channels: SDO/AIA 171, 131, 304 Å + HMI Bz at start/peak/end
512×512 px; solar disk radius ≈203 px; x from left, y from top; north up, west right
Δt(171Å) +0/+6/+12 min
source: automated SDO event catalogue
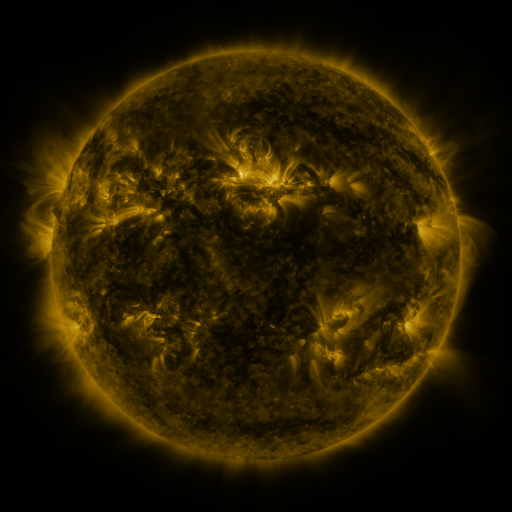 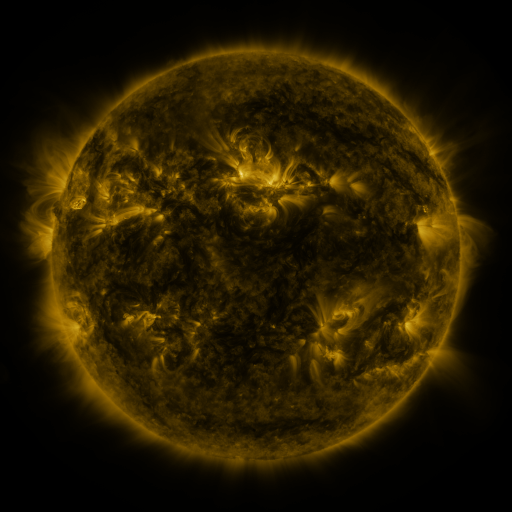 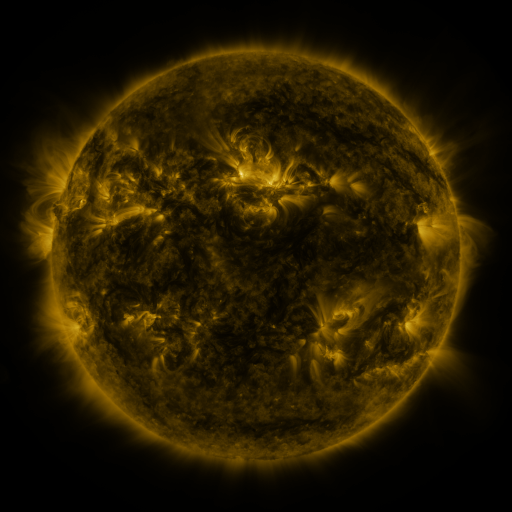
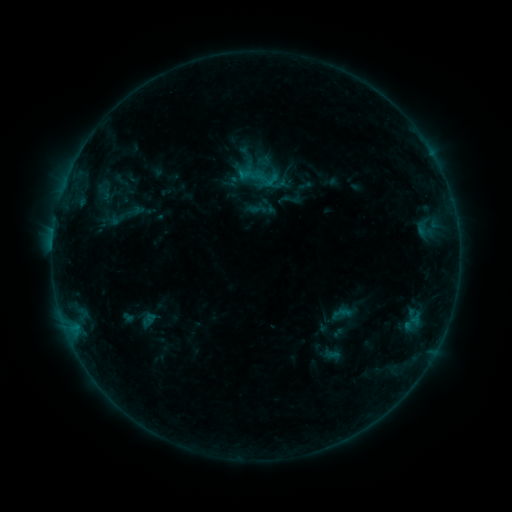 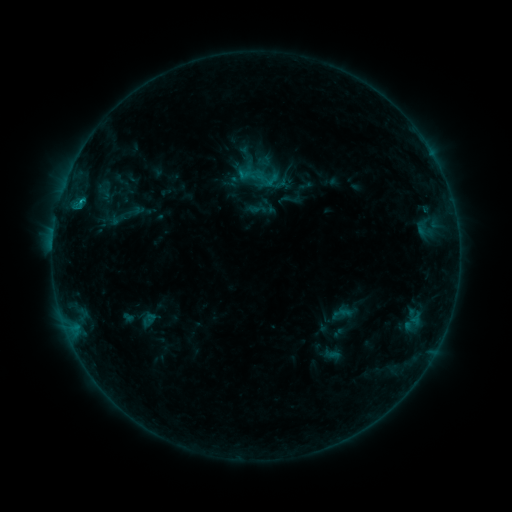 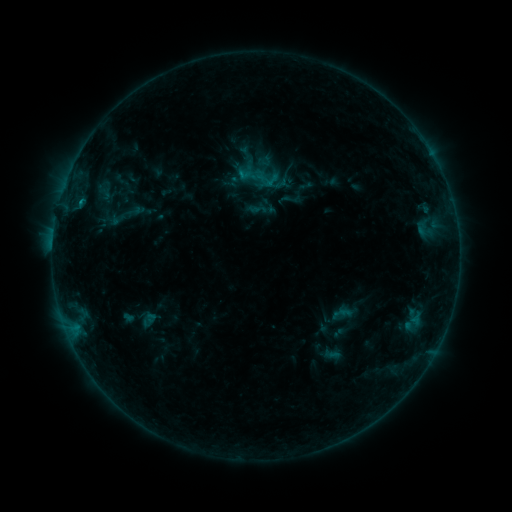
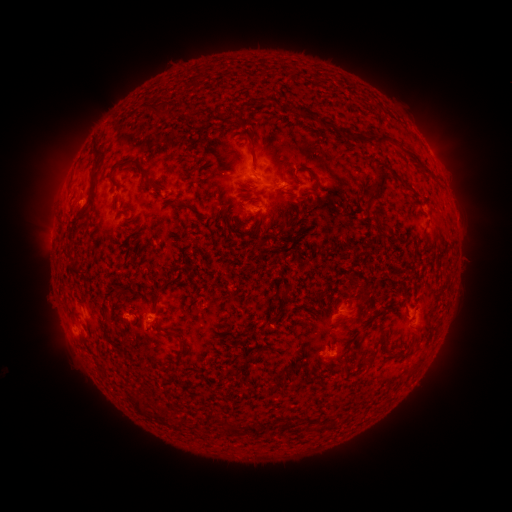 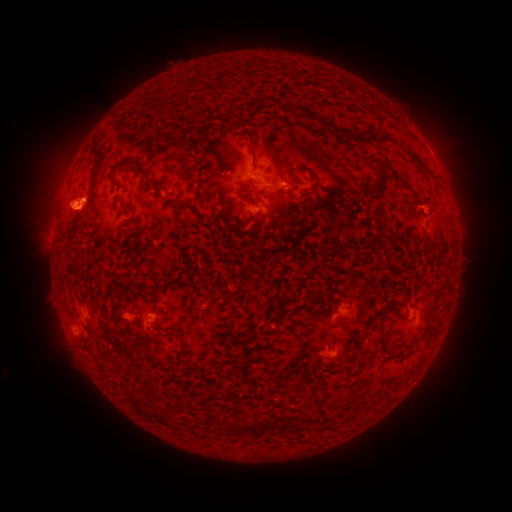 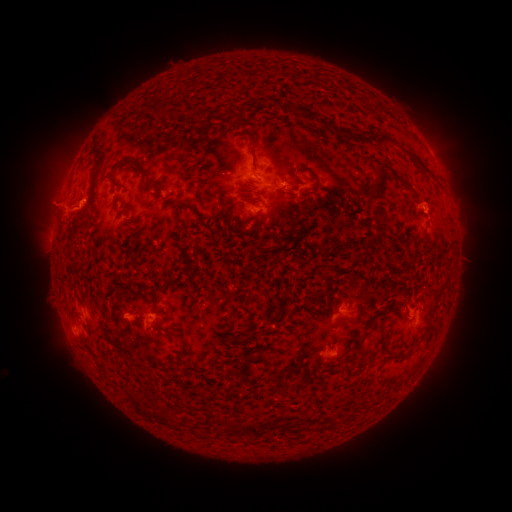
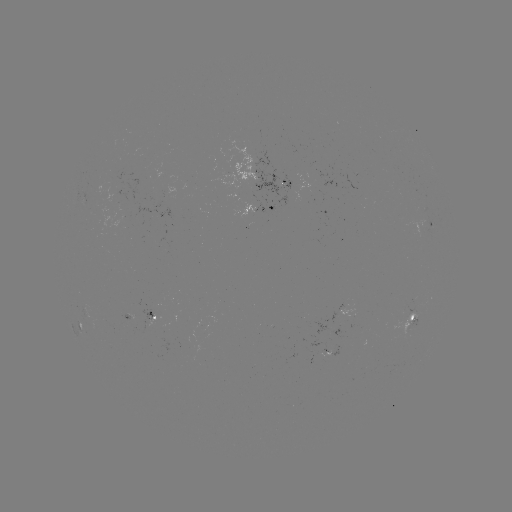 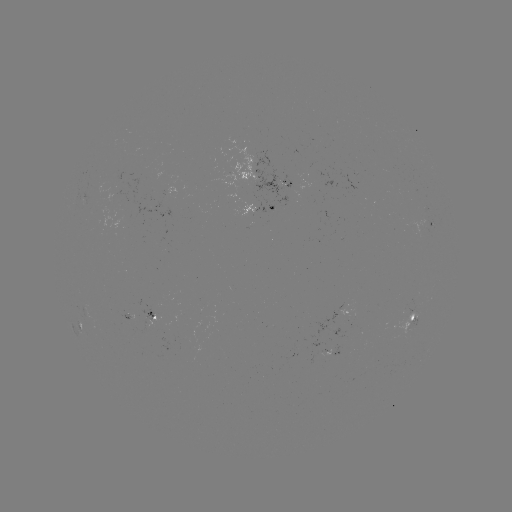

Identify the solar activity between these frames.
eruption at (71, 200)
